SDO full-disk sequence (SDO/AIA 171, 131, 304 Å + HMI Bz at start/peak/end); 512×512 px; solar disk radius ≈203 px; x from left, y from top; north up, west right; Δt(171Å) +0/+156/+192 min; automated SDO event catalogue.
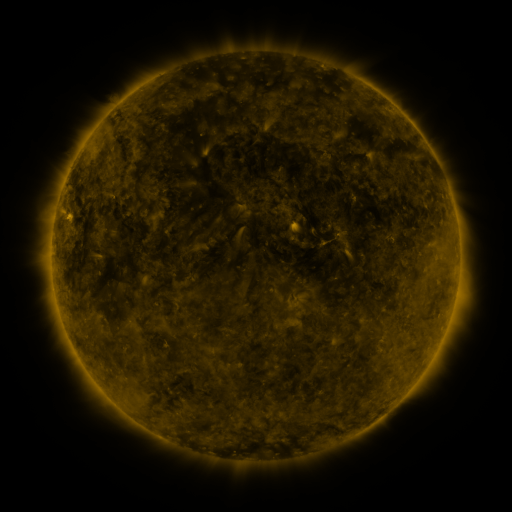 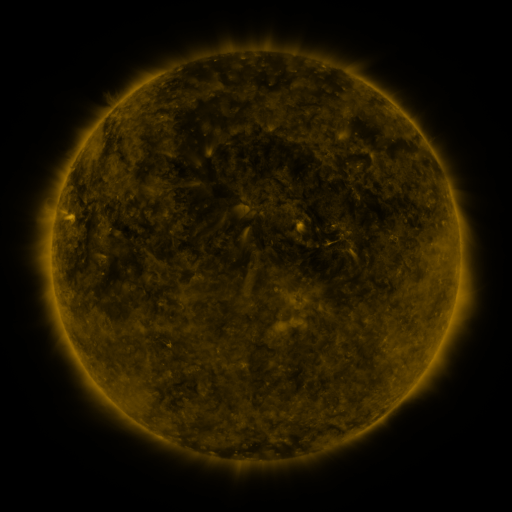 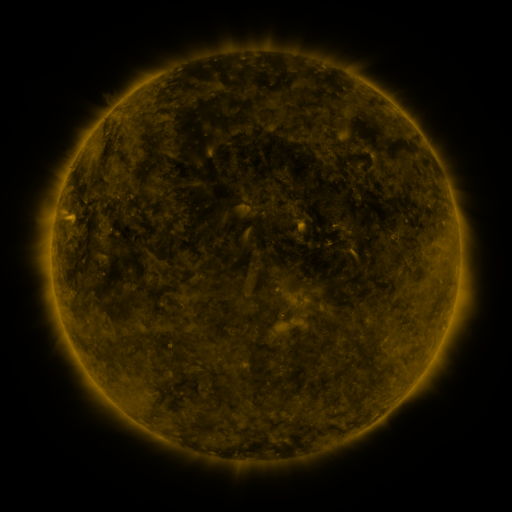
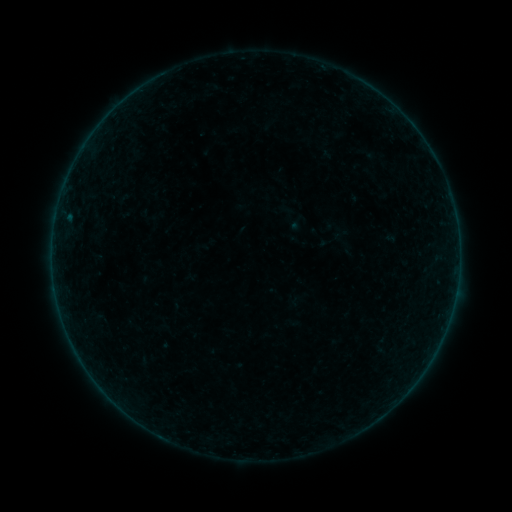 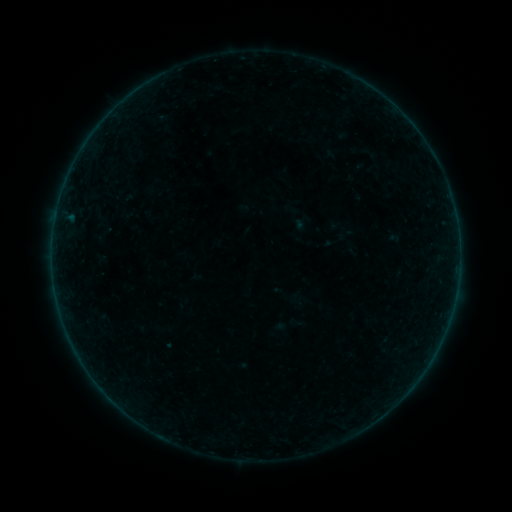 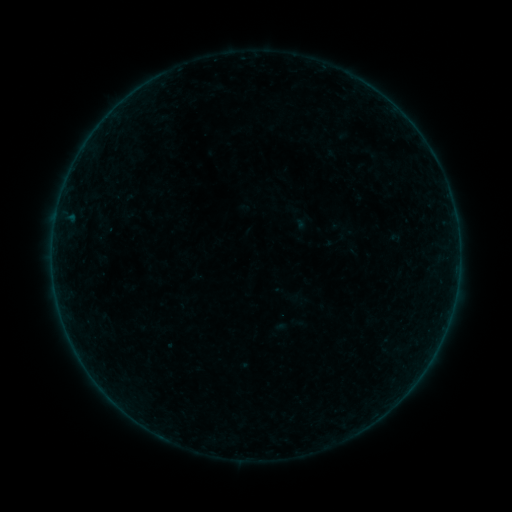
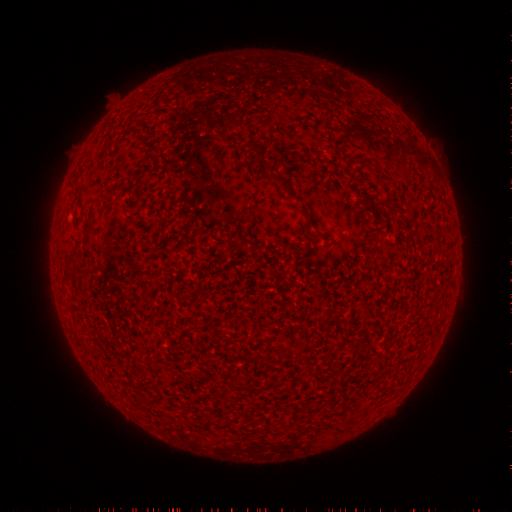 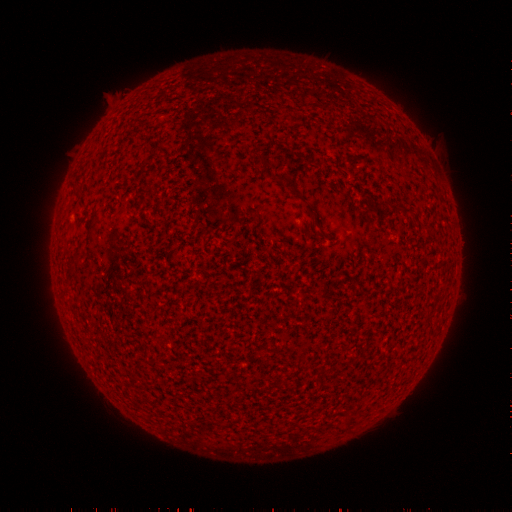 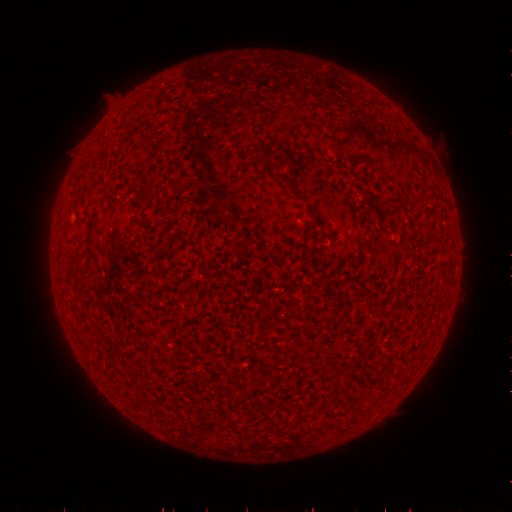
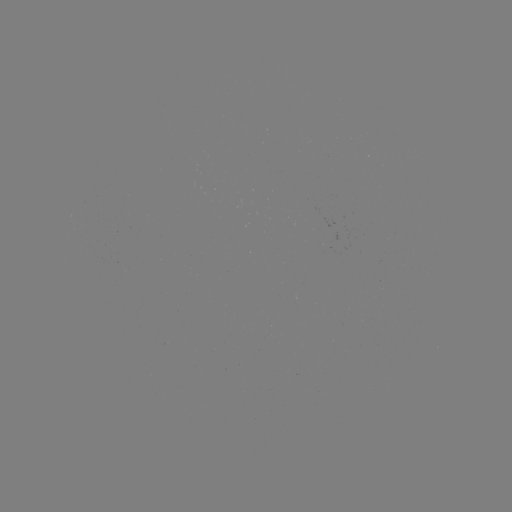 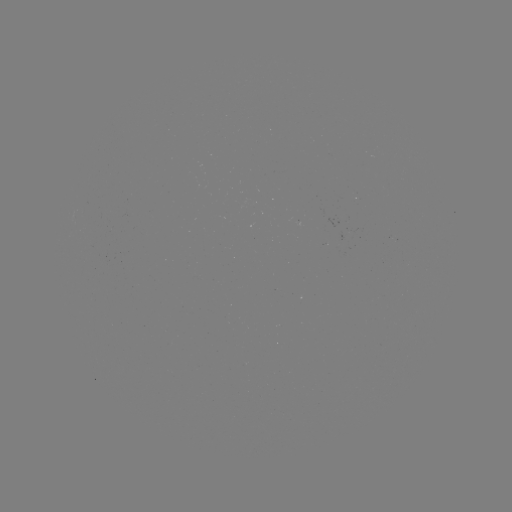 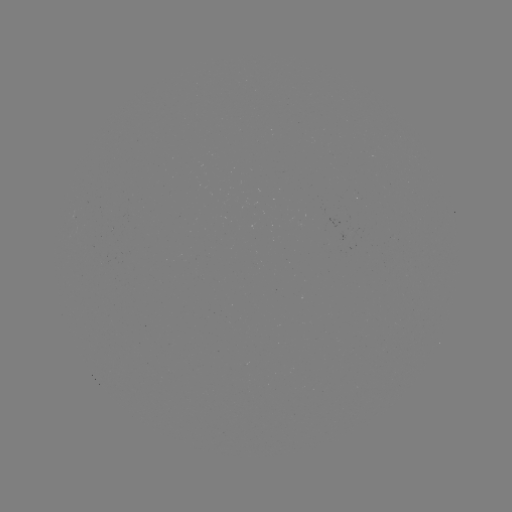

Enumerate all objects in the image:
emerging-flux region: (294, 220)
